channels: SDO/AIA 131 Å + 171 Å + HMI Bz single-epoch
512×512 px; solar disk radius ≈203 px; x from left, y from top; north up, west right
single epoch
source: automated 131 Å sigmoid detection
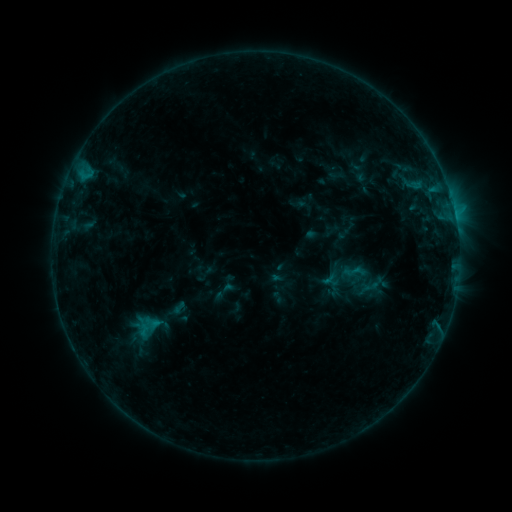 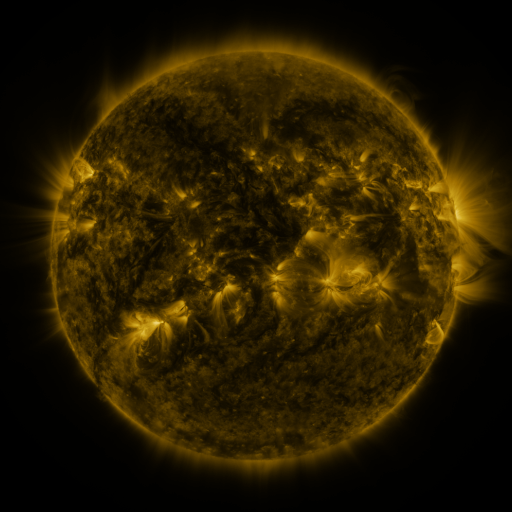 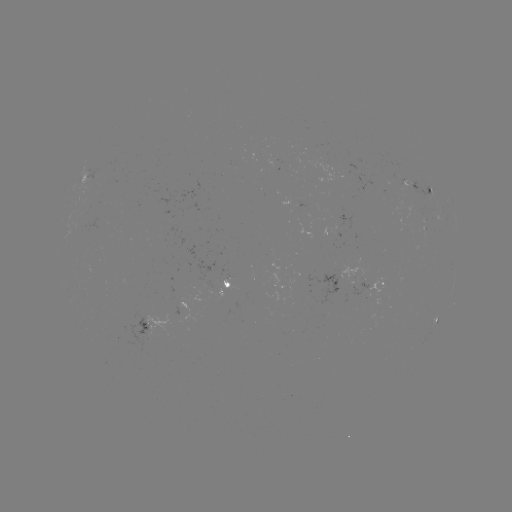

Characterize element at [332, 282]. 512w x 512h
sigmoid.